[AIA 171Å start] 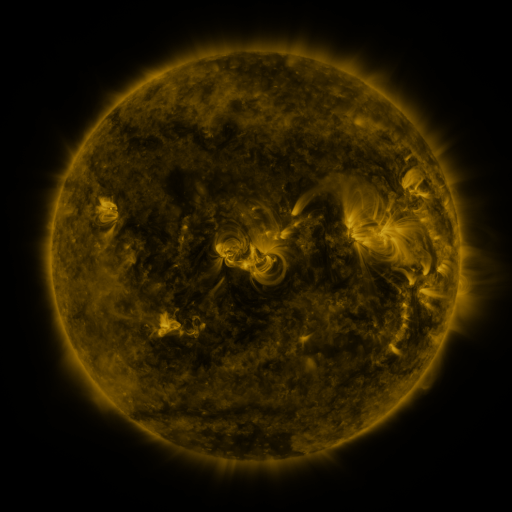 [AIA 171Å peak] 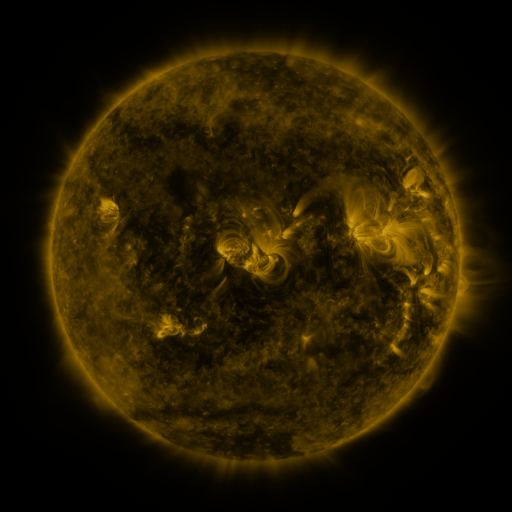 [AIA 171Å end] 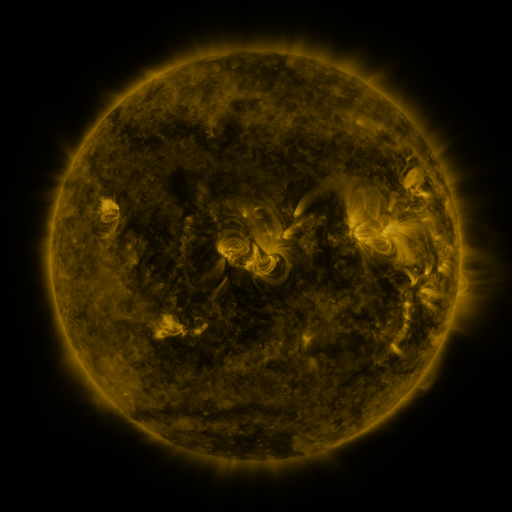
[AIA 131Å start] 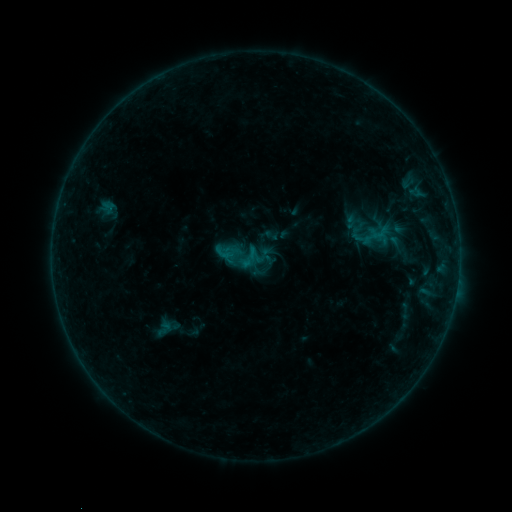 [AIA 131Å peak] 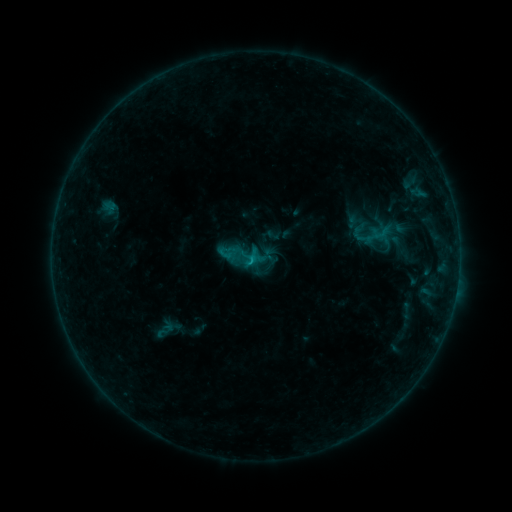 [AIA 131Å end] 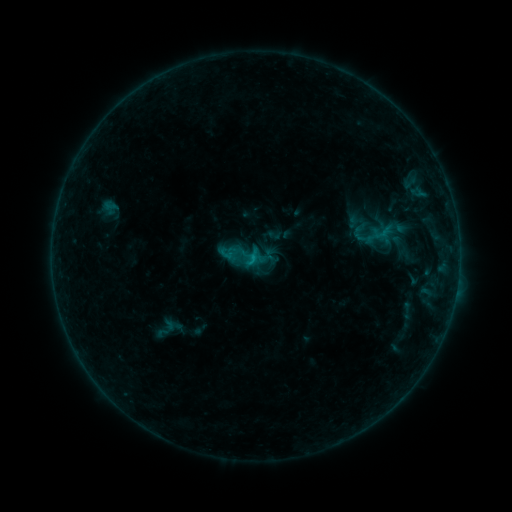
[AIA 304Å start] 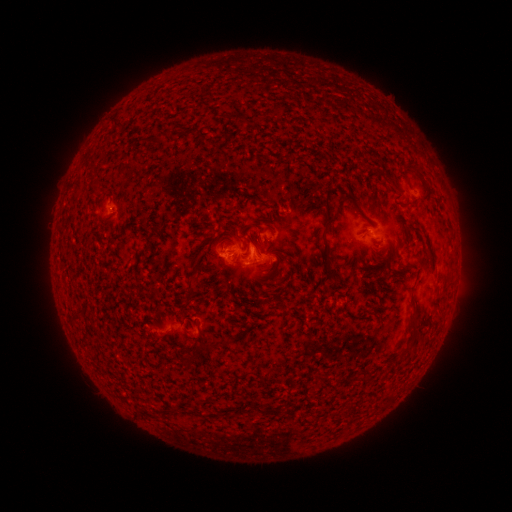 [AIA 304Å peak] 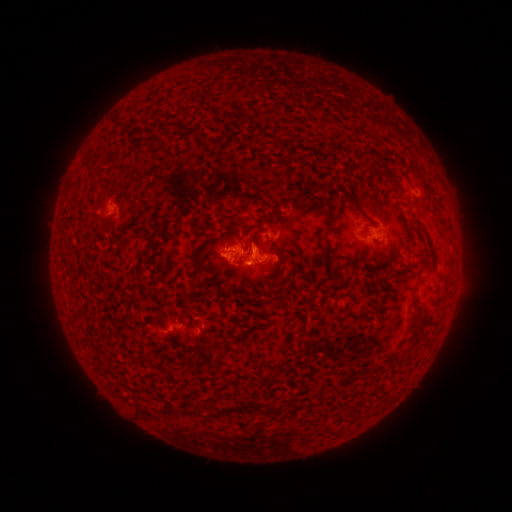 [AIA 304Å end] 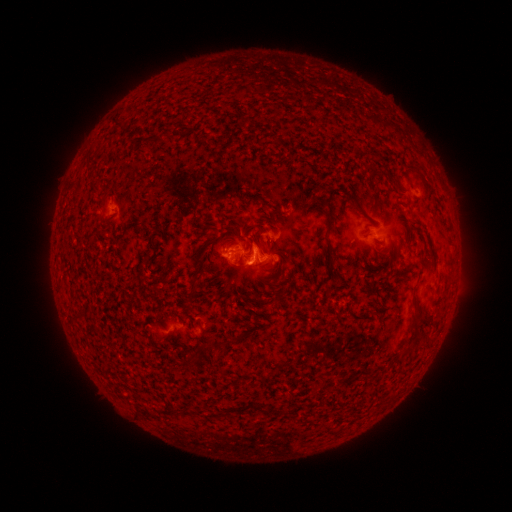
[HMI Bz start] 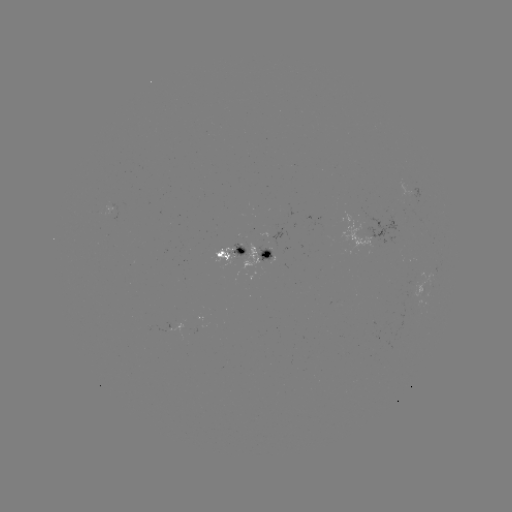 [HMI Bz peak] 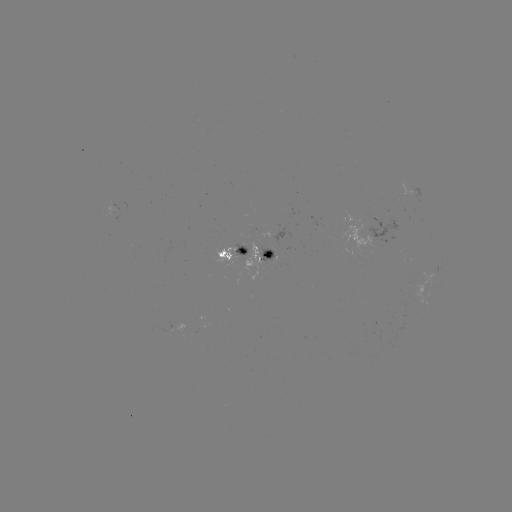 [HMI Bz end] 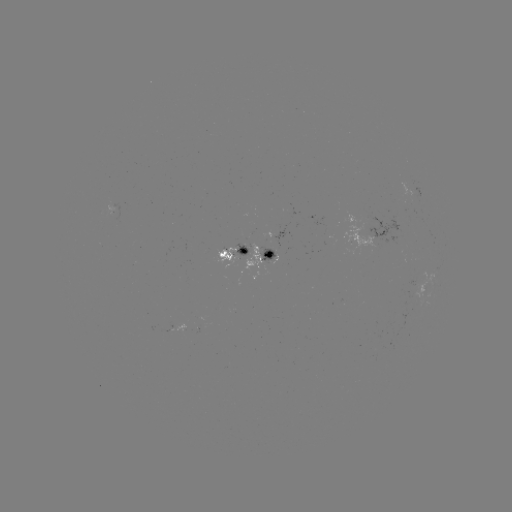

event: emerging-flux region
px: (111, 210)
